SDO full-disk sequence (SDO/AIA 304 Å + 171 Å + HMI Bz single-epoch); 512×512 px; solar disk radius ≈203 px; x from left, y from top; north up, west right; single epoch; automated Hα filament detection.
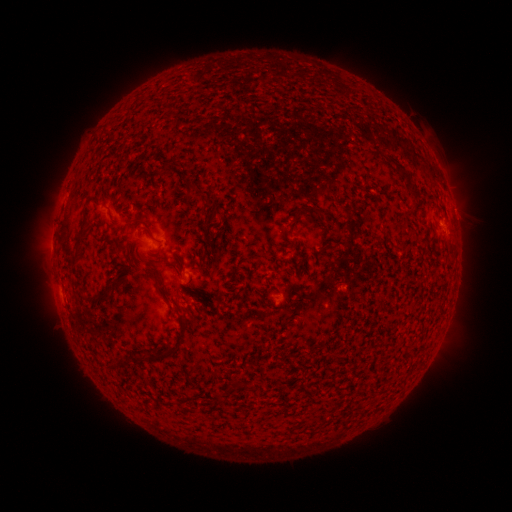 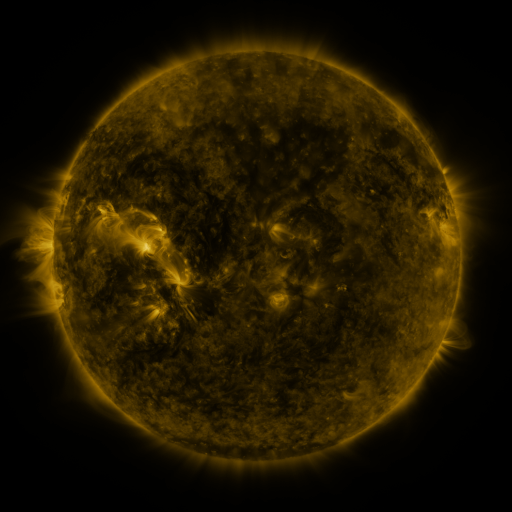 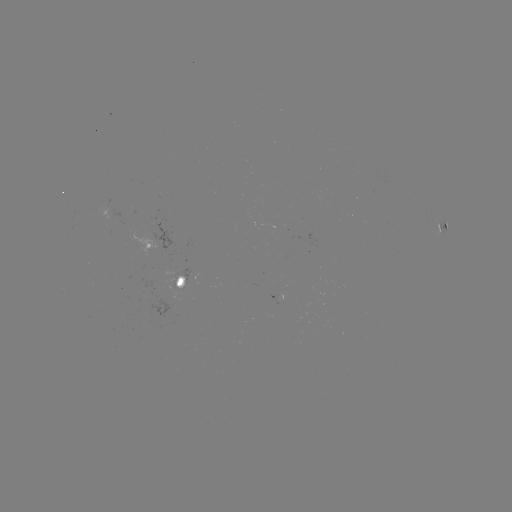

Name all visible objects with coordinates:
filament: (373, 148, 419, 199)
filament: (186, 181, 199, 192)
filament: (202, 196, 211, 205)
filament: (73, 203, 93, 257)
filament: (125, 217, 147, 228)
filament: (163, 260, 182, 276)
filament: (147, 264, 169, 300)
filament: (109, 276, 122, 287)
filament: (89, 290, 111, 307)
filament: (181, 315, 195, 328)
filament: (160, 342, 175, 361)
